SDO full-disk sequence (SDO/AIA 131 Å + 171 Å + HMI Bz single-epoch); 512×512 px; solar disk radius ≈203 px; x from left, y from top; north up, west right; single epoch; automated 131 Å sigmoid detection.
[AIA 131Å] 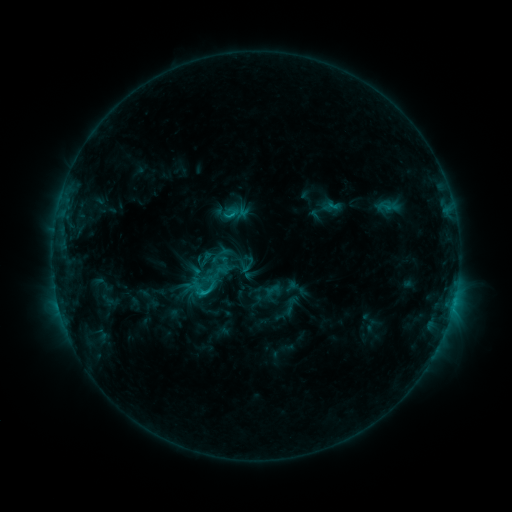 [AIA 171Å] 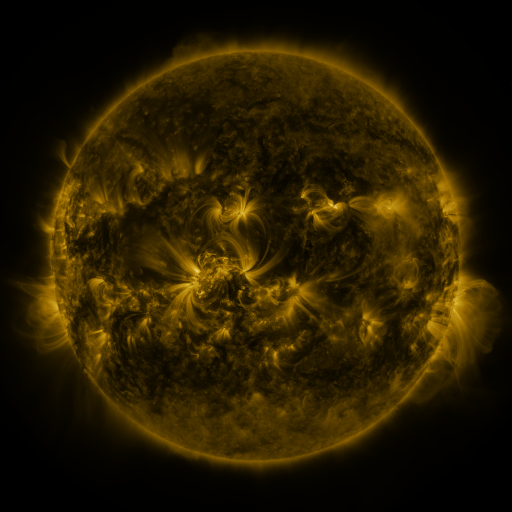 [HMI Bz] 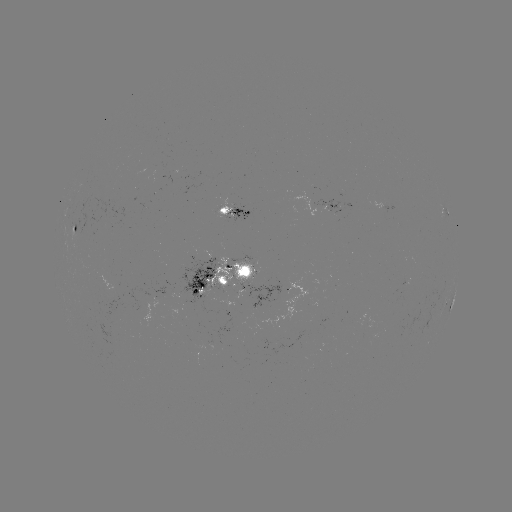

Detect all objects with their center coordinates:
sigmoid: [210, 243, 232, 265]
sigmoid: [200, 265, 222, 285]
